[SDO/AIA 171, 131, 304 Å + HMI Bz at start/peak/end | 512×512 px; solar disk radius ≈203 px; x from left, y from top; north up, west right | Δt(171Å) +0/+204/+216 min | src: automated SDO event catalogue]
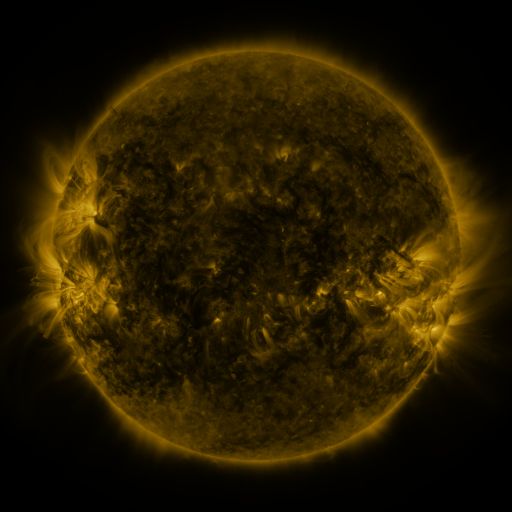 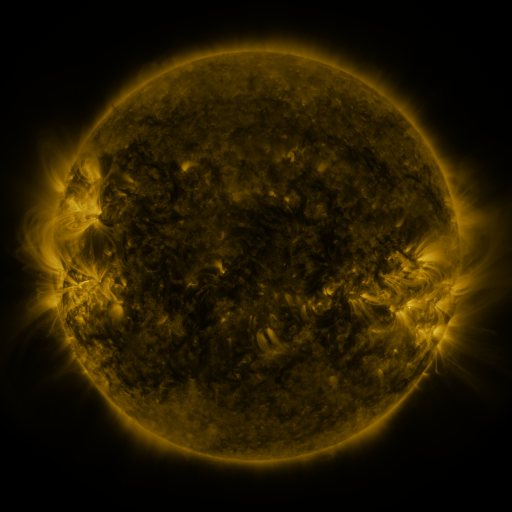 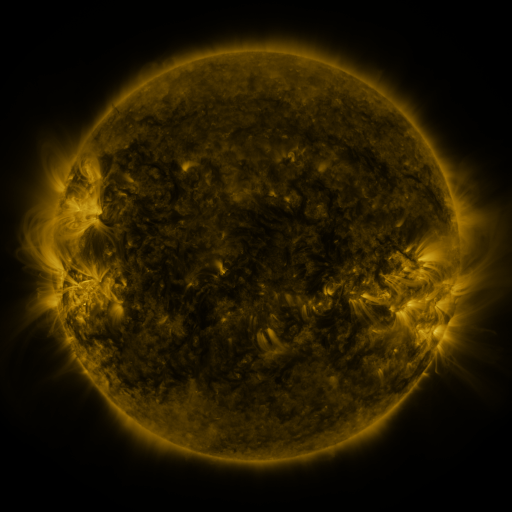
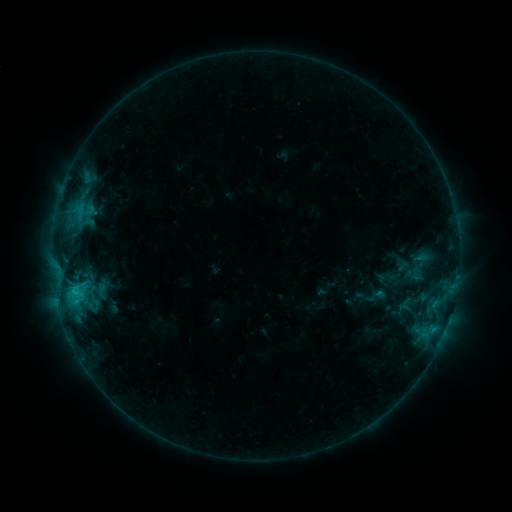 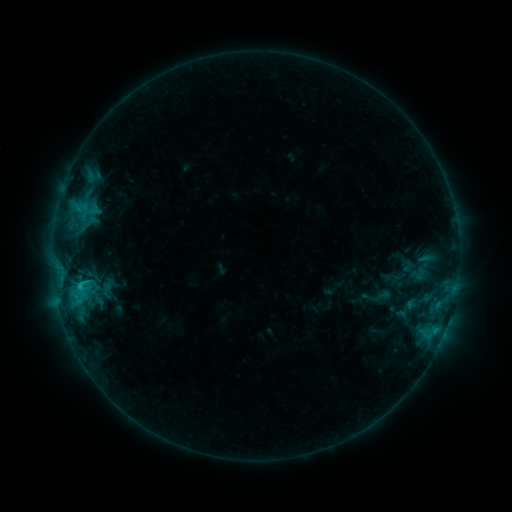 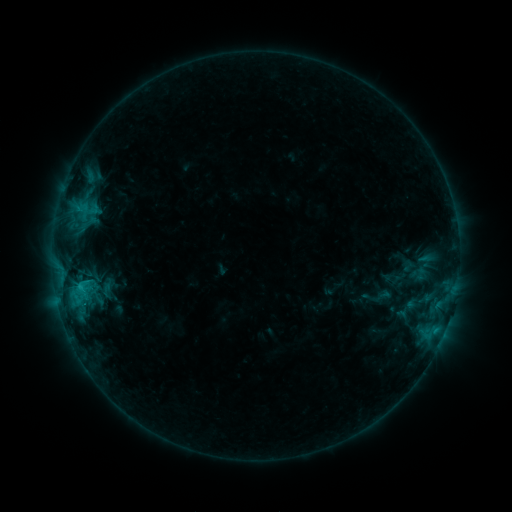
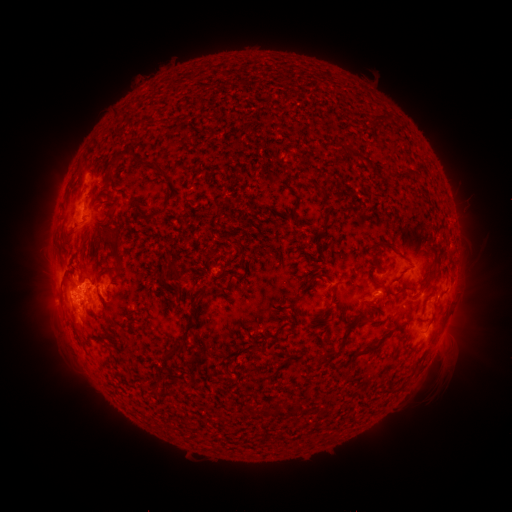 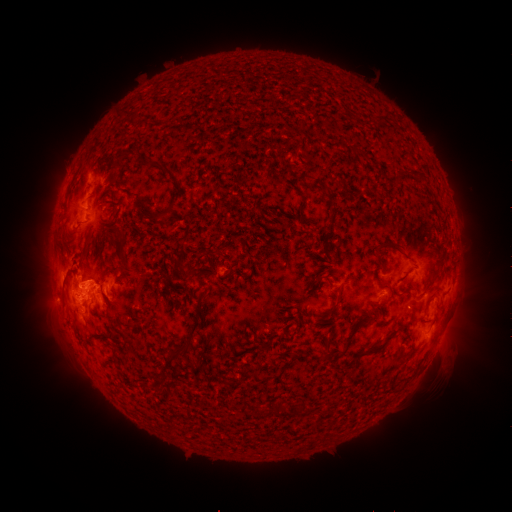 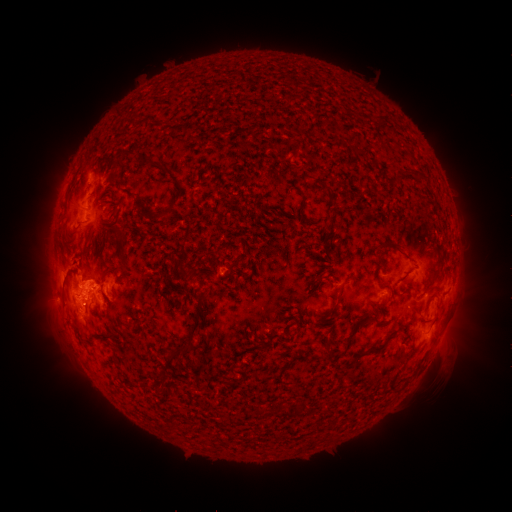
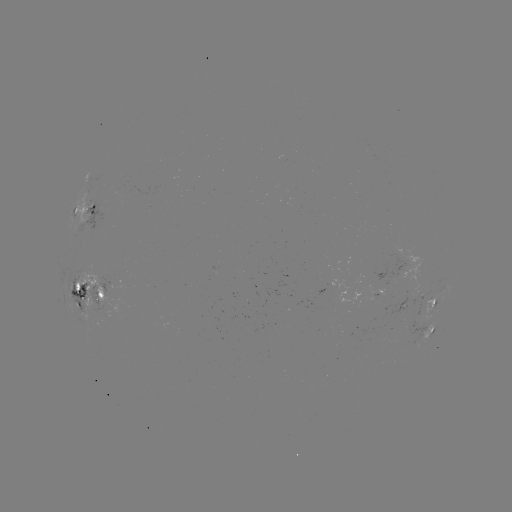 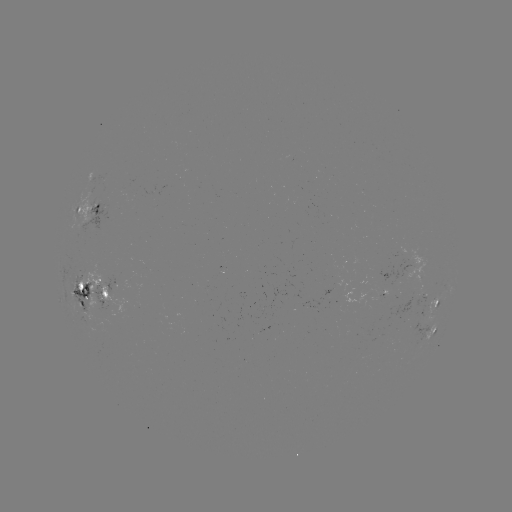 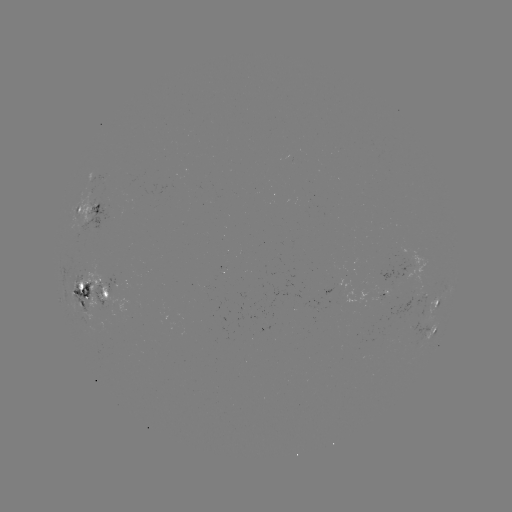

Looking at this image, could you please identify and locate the emerging-flux region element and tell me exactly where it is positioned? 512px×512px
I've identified emerging-flux region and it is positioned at (88, 297).